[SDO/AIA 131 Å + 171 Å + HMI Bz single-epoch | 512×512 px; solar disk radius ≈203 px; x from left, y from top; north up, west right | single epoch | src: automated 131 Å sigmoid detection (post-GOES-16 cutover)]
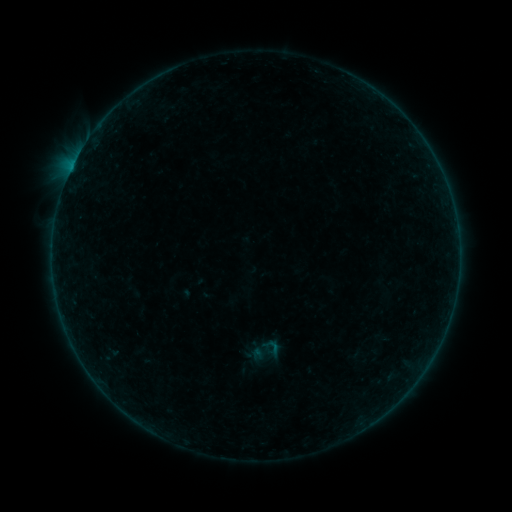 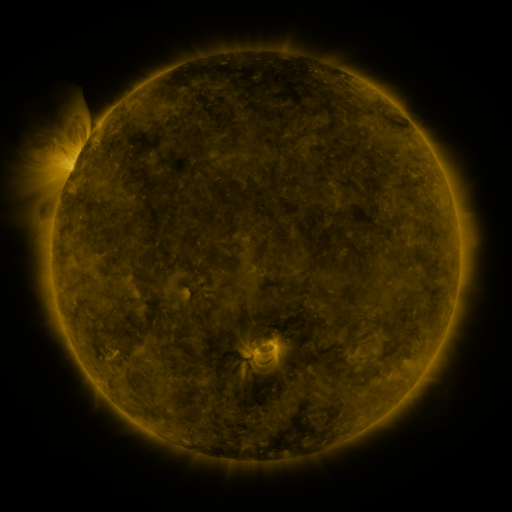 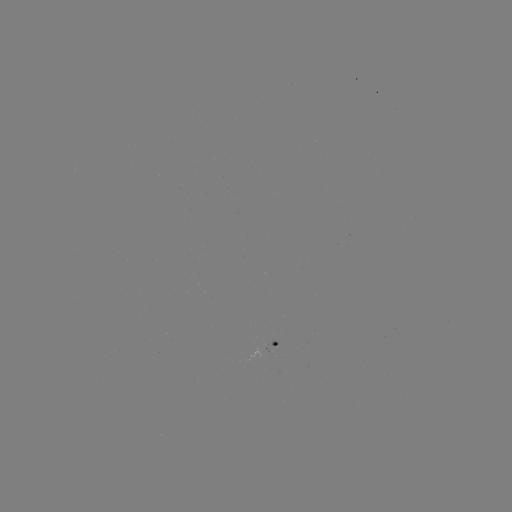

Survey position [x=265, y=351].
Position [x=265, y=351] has sigmoid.